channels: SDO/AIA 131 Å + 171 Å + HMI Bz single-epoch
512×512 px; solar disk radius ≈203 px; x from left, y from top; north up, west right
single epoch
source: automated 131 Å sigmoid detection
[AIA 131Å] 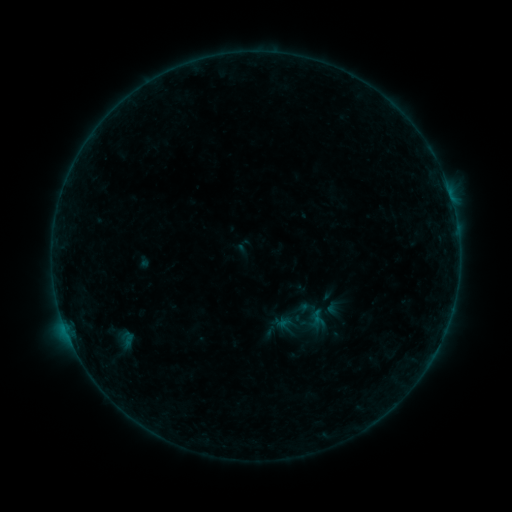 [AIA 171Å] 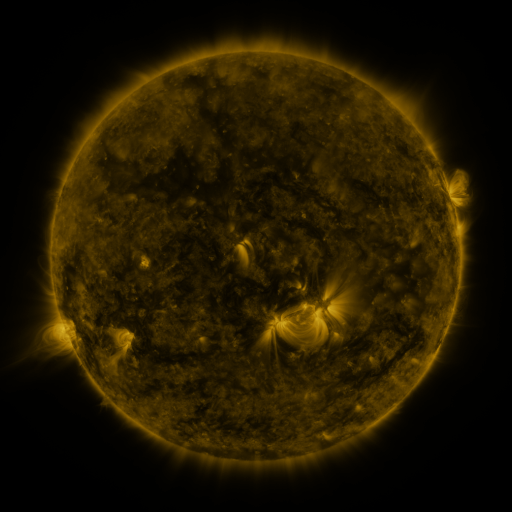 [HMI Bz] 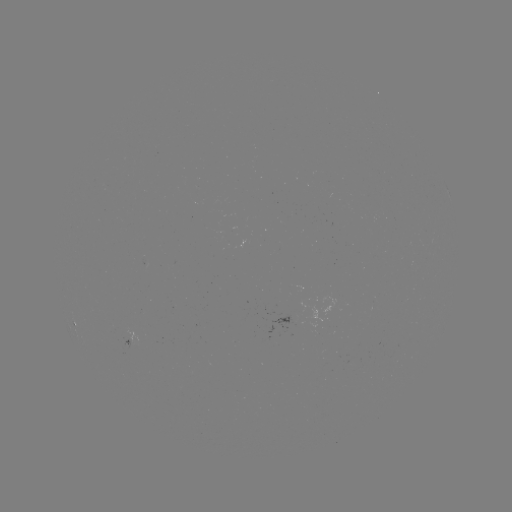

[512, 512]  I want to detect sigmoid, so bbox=[274, 295, 330, 350].